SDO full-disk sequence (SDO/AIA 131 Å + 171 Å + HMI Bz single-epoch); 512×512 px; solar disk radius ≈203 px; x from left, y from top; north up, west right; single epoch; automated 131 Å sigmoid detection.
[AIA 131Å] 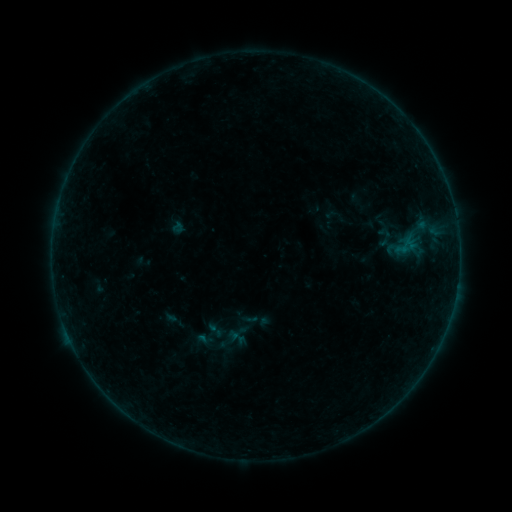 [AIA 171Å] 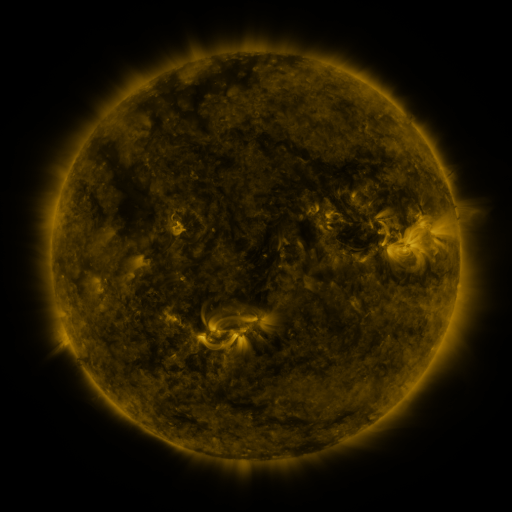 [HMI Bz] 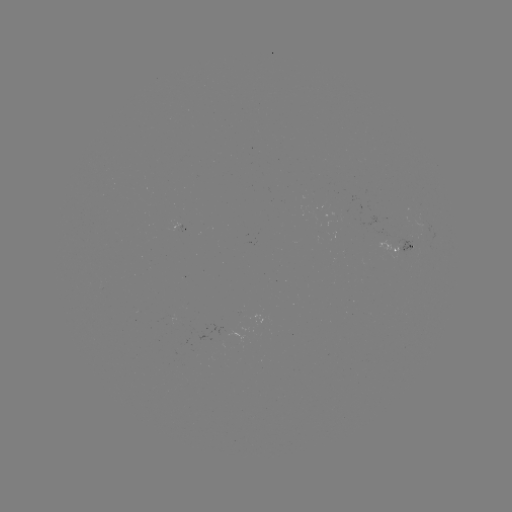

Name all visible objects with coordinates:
sigmoid: [205, 321, 225, 340]
